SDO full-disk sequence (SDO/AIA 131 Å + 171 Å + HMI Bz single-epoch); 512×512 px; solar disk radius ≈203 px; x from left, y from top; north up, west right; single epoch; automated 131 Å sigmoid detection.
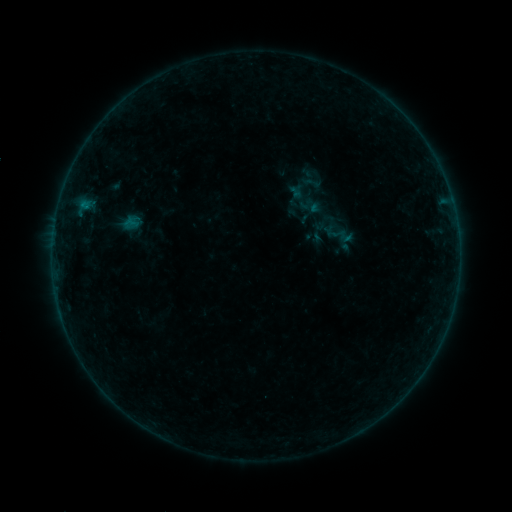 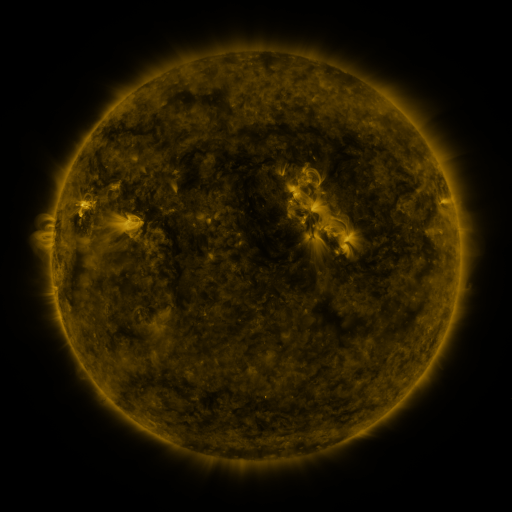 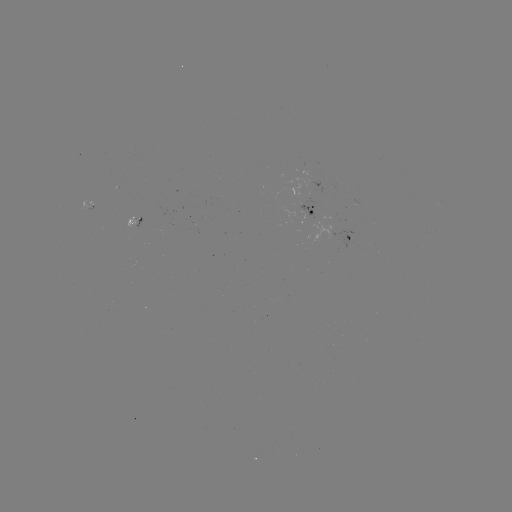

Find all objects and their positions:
sigmoid: (313, 183)
